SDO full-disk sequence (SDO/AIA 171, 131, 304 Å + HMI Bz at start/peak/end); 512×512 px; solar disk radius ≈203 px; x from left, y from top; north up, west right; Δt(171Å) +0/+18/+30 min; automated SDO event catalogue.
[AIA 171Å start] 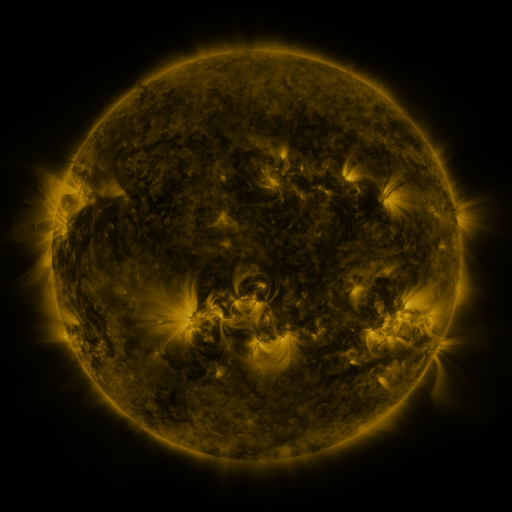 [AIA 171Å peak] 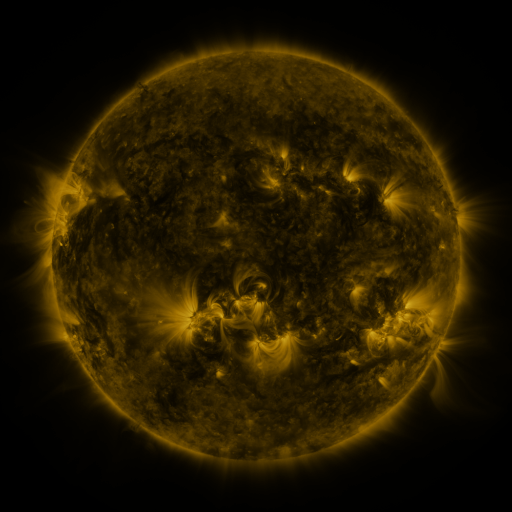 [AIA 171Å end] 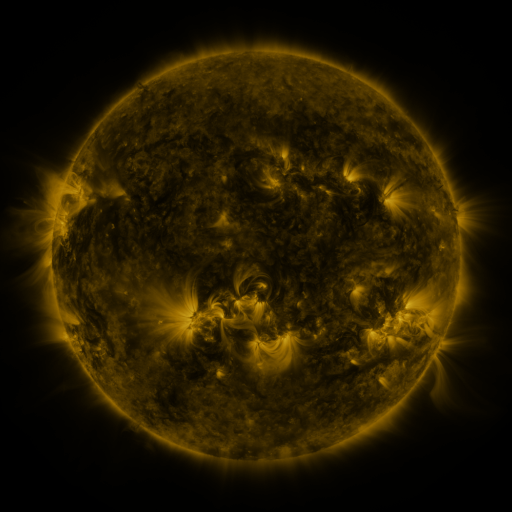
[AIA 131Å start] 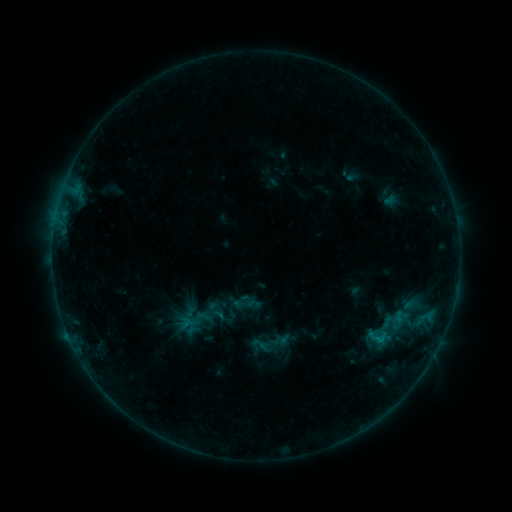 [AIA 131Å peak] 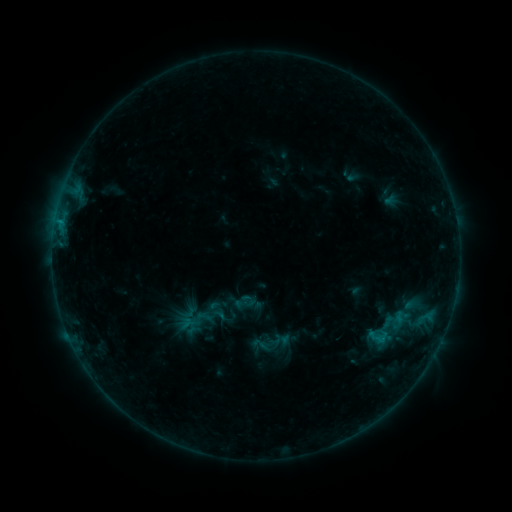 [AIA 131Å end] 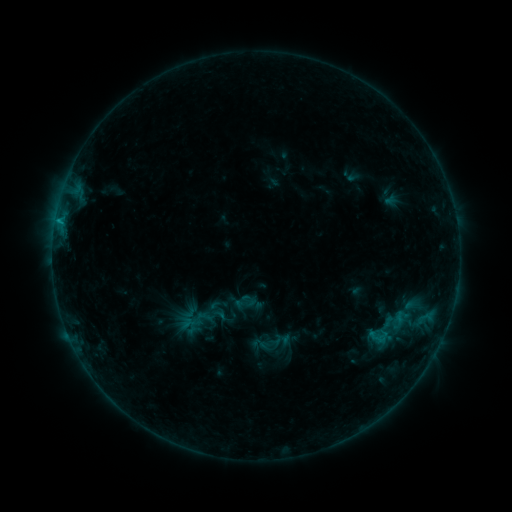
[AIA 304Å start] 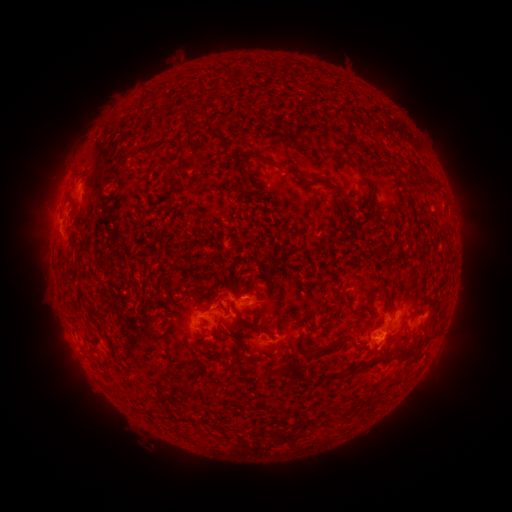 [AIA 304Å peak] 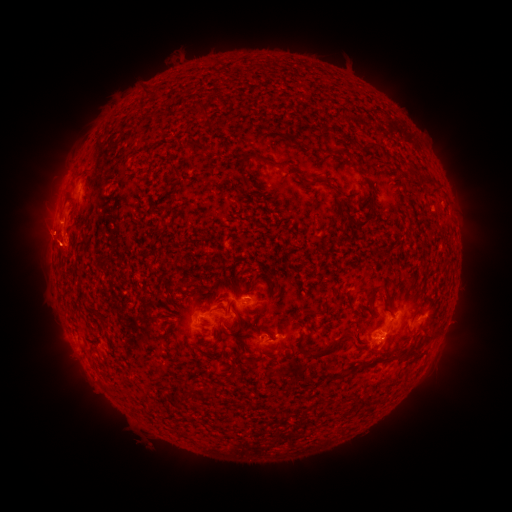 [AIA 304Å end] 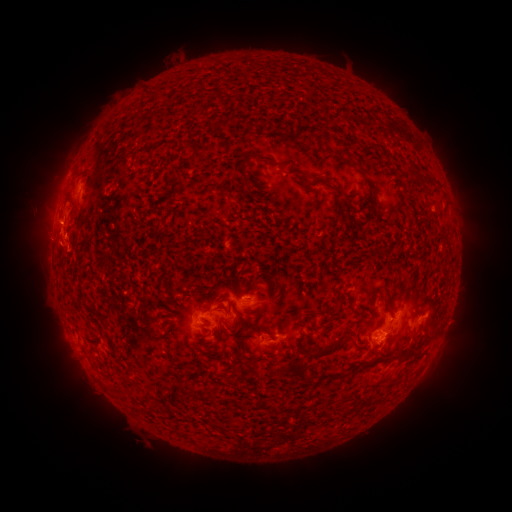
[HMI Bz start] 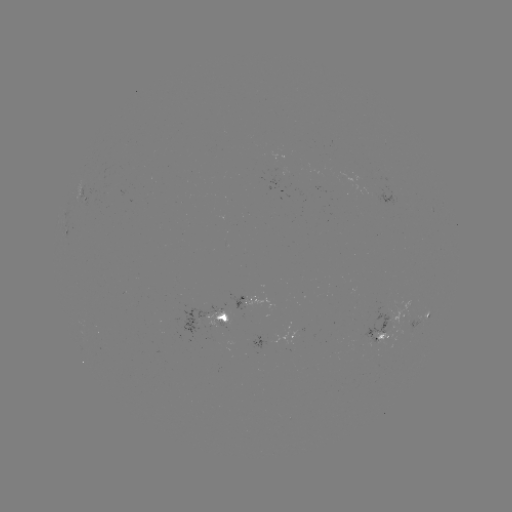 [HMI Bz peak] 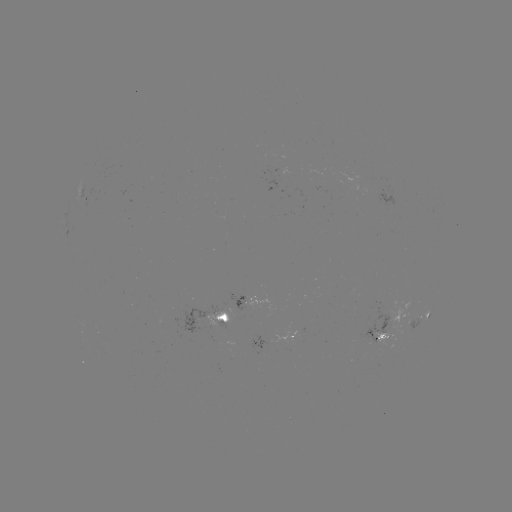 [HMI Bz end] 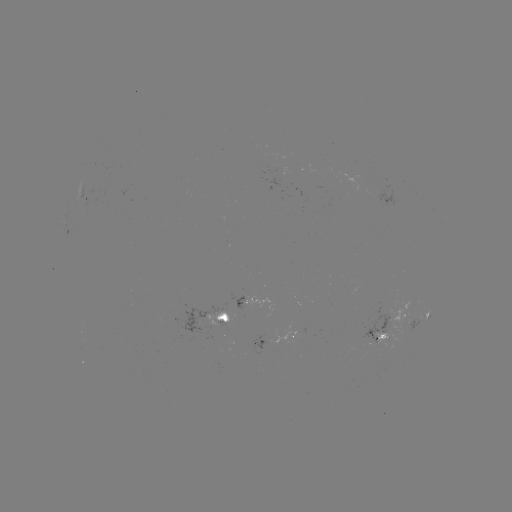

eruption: (6, 167, 108, 303)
